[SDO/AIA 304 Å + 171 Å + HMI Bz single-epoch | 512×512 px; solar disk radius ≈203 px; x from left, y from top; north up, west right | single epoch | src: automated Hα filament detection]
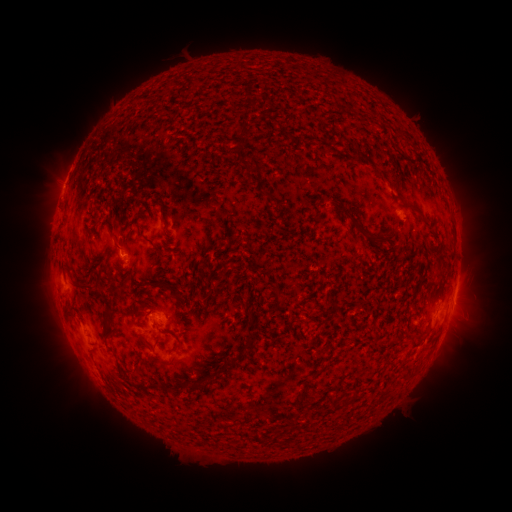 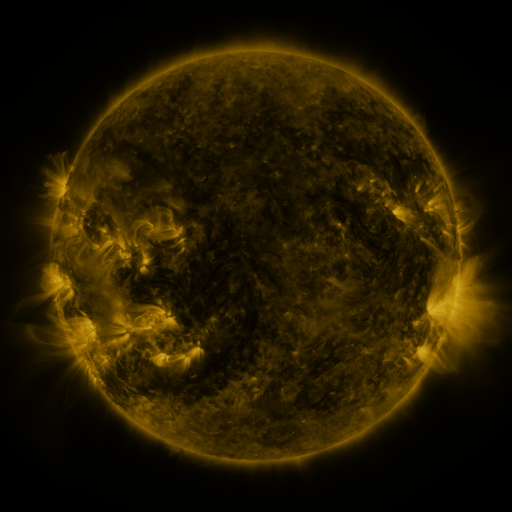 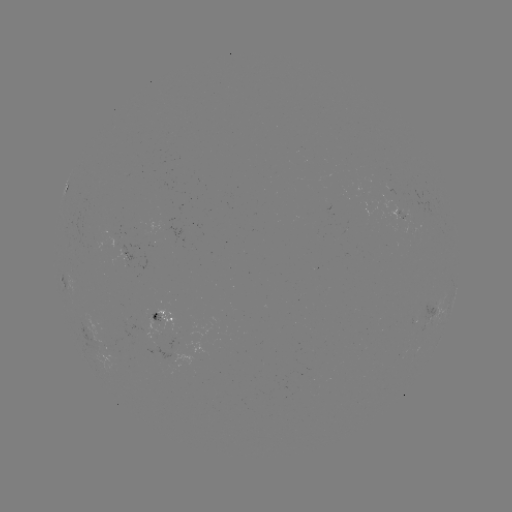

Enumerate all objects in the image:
filament: [240, 120, 251, 136]
filament: [278, 124, 294, 140]
filament: [355, 150, 363, 161]
filament: [249, 158, 261, 171]
filament: [406, 204, 421, 217]
filament: [342, 212, 369, 237]
filament: [63, 258, 87, 288]
filament: [152, 280, 178, 297]
filament: [103, 306, 112, 319]
filament: [370, 319, 376, 331]
filament: [168, 330, 182, 351]
filament: [137, 331, 148, 347]
filament: [151, 335, 161, 350]
filament: [240, 340, 251, 349]
filament: [215, 359, 234, 375]
filament: [205, 370, 216, 382]
filament: [301, 378, 311, 386]
filament: [293, 396, 304, 406]
